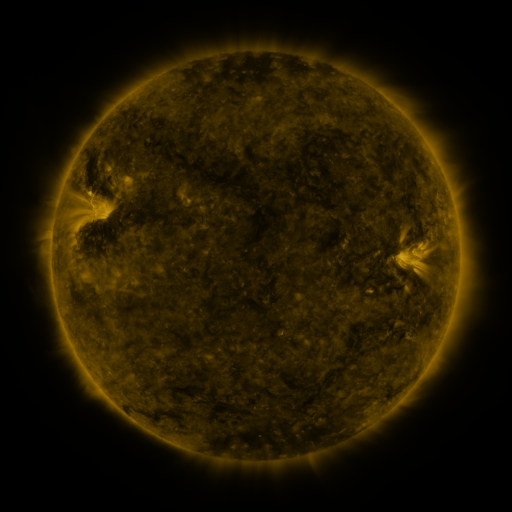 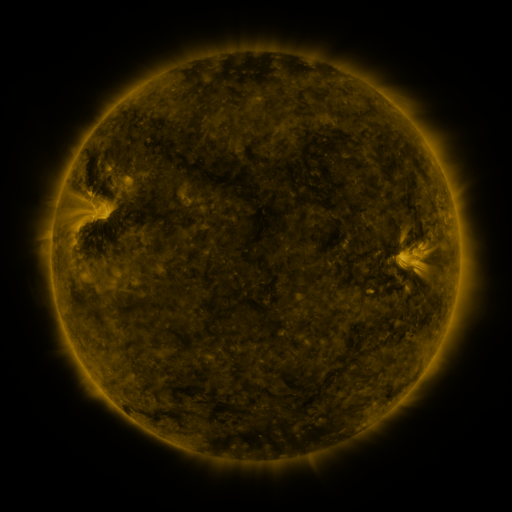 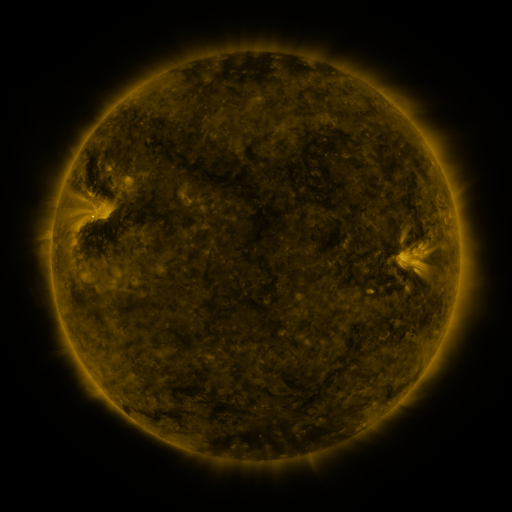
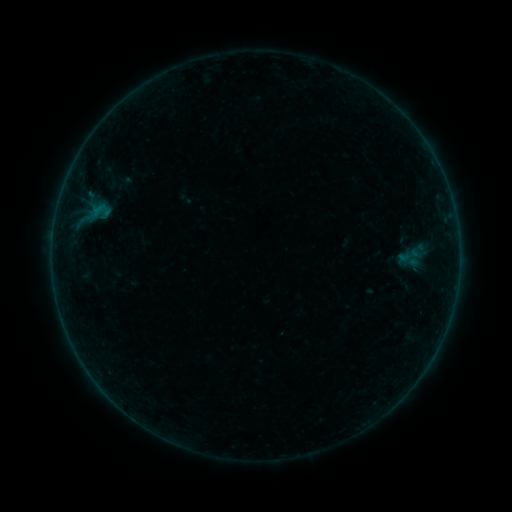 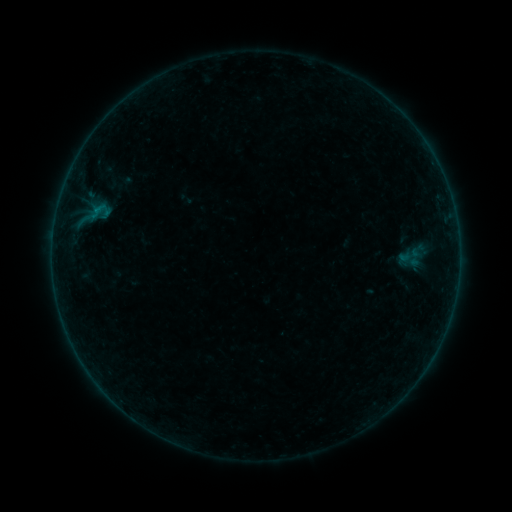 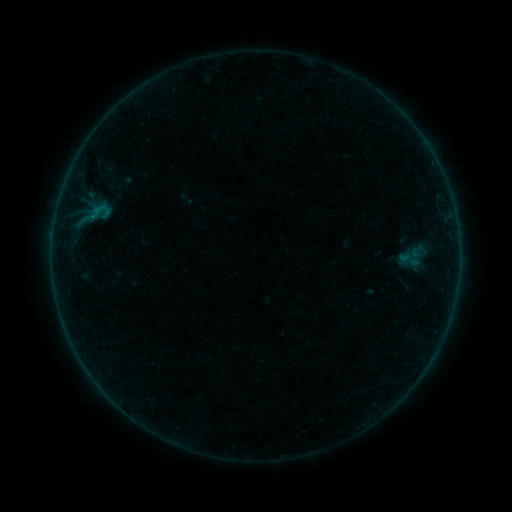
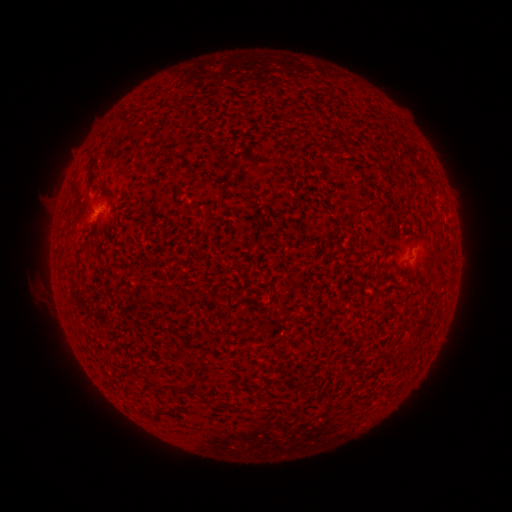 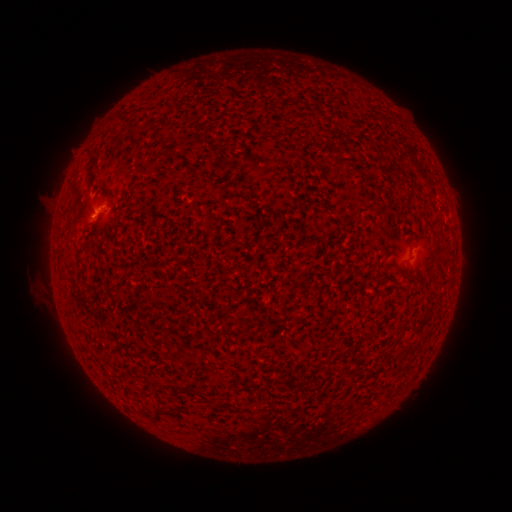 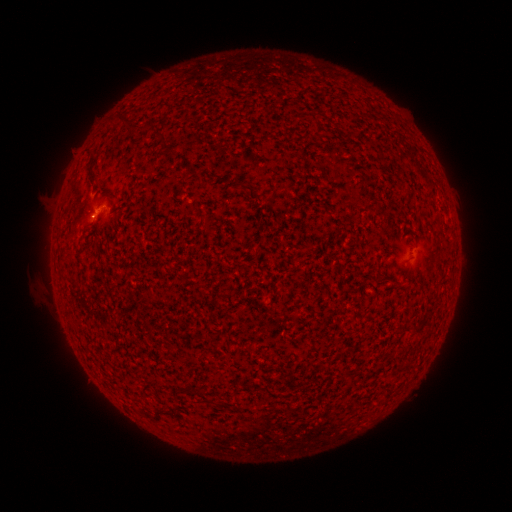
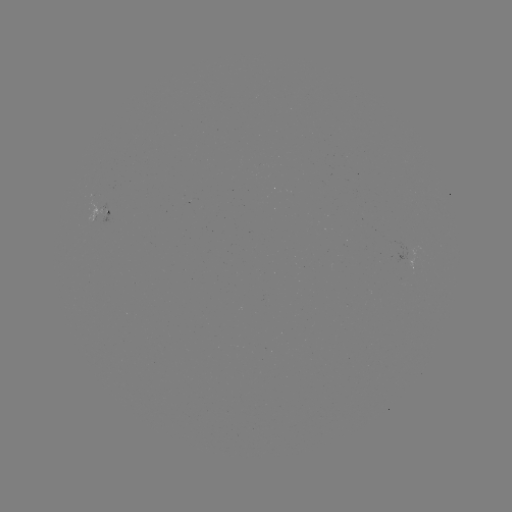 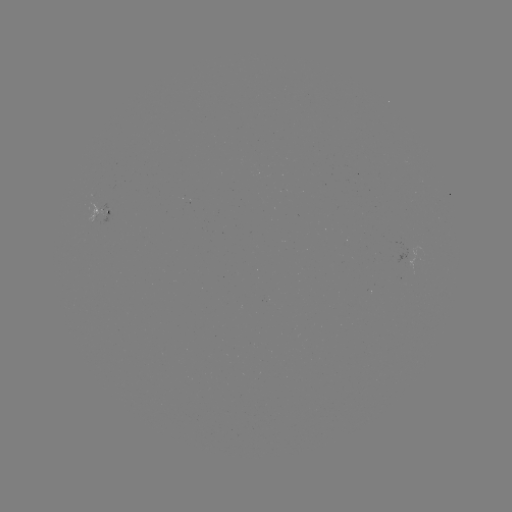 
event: flare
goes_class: B1.3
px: (97, 211)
